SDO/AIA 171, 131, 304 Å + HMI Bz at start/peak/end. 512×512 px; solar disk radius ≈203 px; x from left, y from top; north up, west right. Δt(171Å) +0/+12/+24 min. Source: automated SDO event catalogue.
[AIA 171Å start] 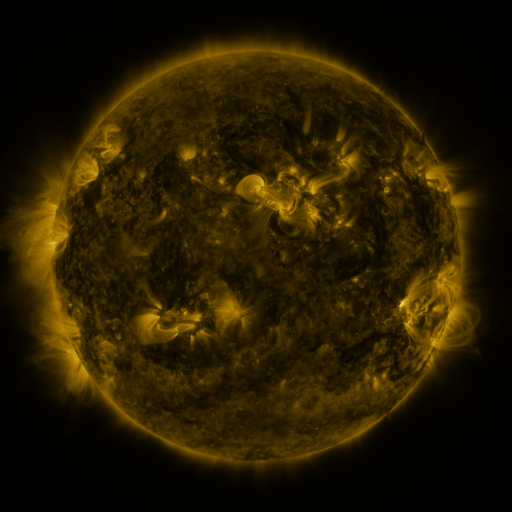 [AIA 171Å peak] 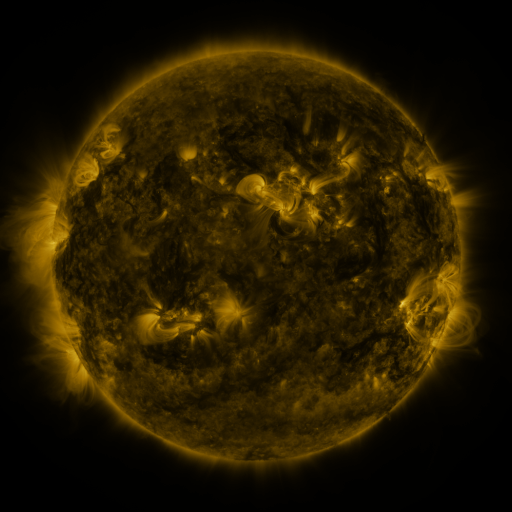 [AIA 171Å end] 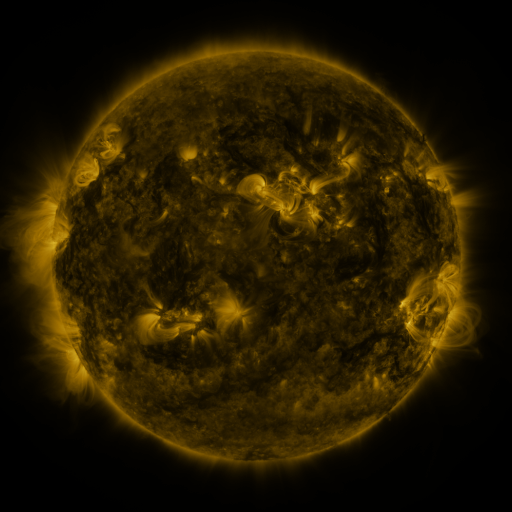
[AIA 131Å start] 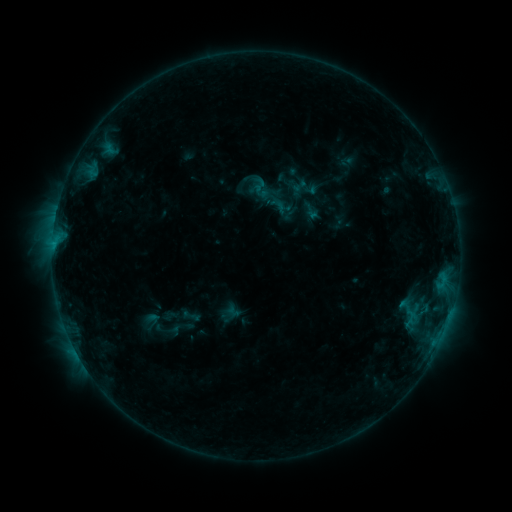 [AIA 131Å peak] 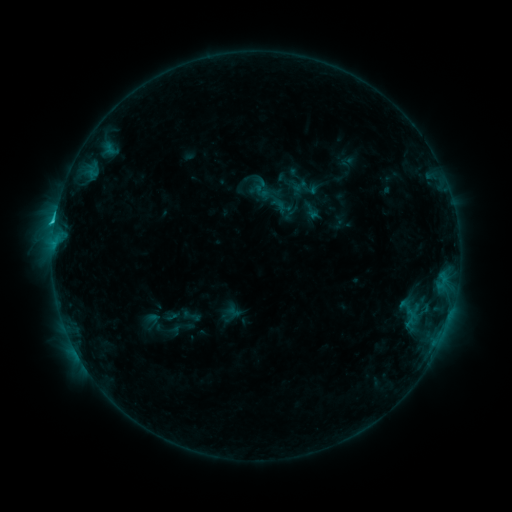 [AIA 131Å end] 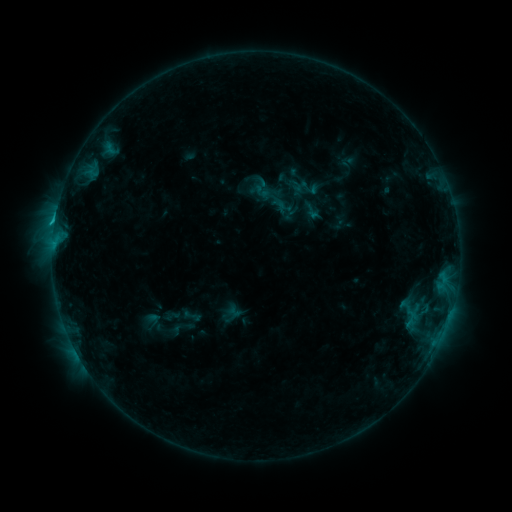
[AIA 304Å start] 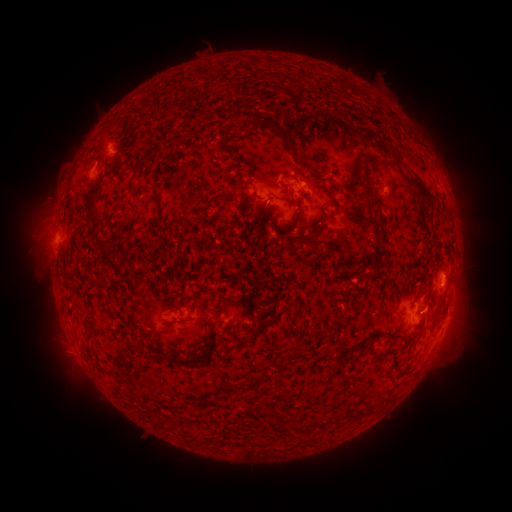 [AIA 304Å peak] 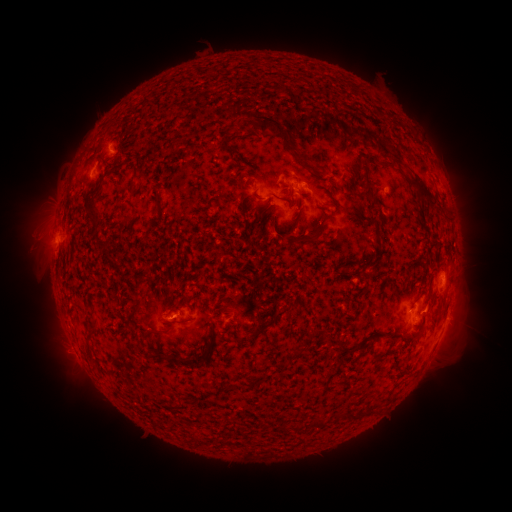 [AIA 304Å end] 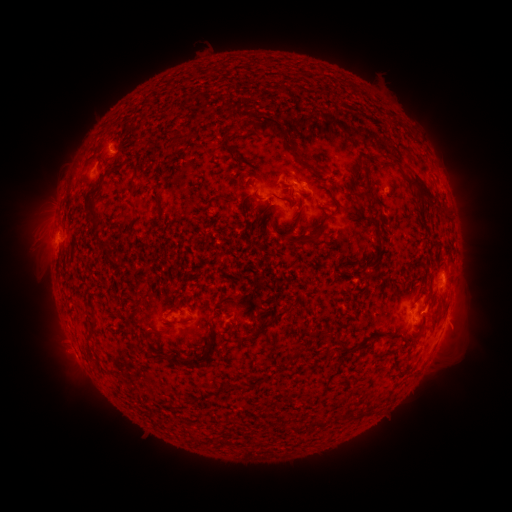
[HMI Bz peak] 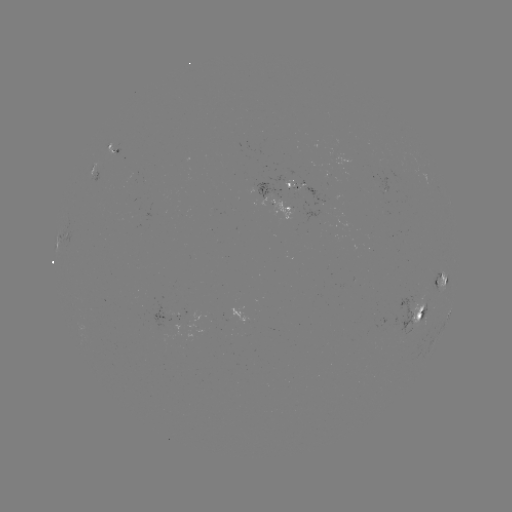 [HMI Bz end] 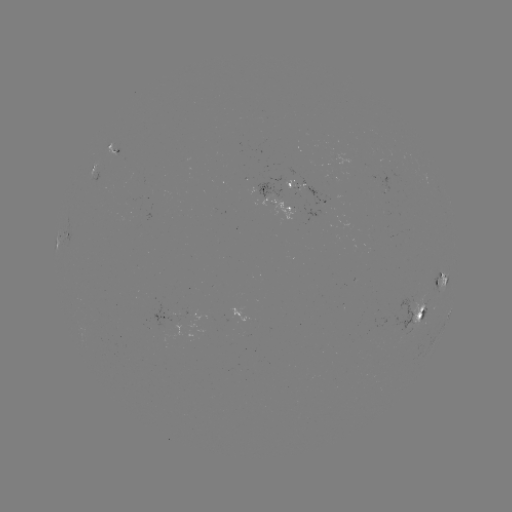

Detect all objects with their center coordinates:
C1.4 flare: (55, 224)
